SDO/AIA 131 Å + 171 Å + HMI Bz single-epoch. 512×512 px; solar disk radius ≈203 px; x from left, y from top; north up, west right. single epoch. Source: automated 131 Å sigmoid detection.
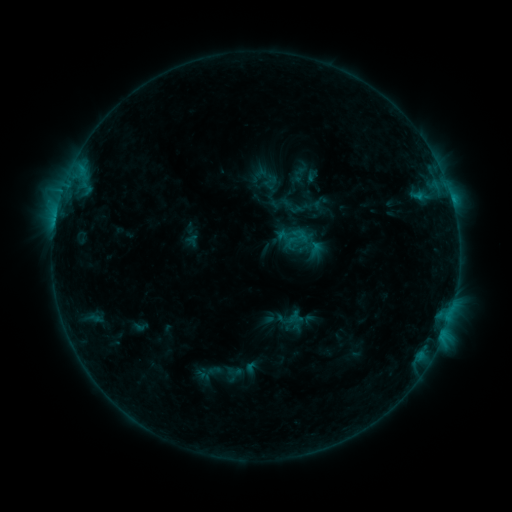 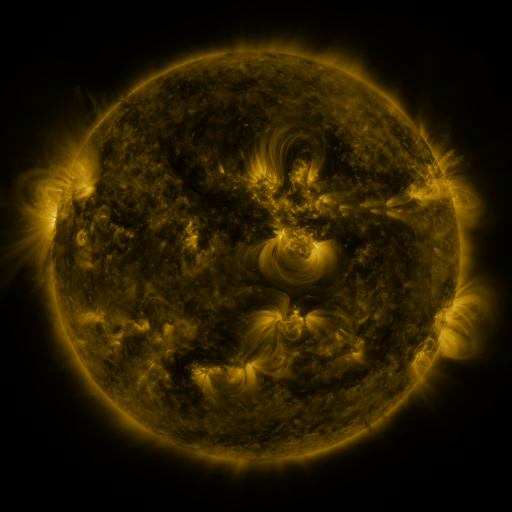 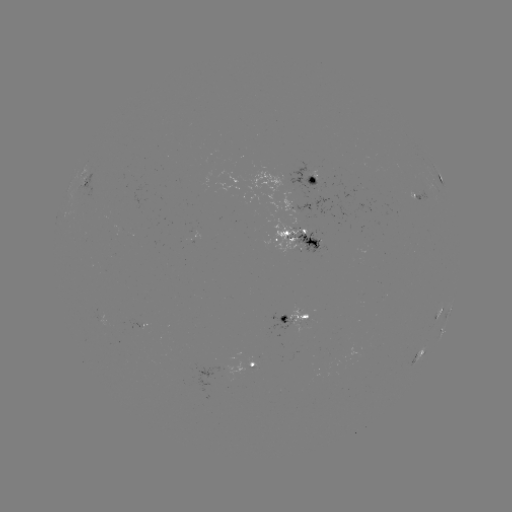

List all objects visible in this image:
sigmoid: [283, 225, 310, 250]
